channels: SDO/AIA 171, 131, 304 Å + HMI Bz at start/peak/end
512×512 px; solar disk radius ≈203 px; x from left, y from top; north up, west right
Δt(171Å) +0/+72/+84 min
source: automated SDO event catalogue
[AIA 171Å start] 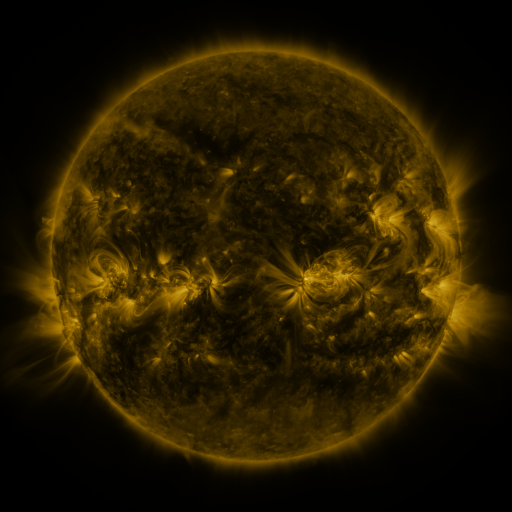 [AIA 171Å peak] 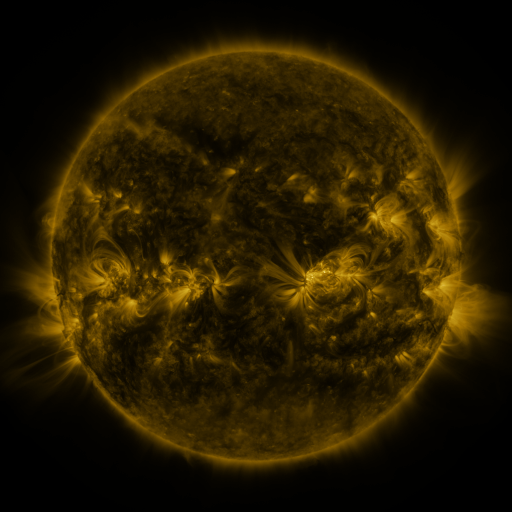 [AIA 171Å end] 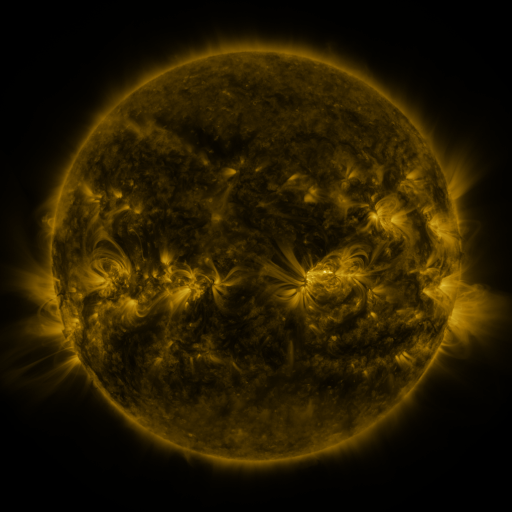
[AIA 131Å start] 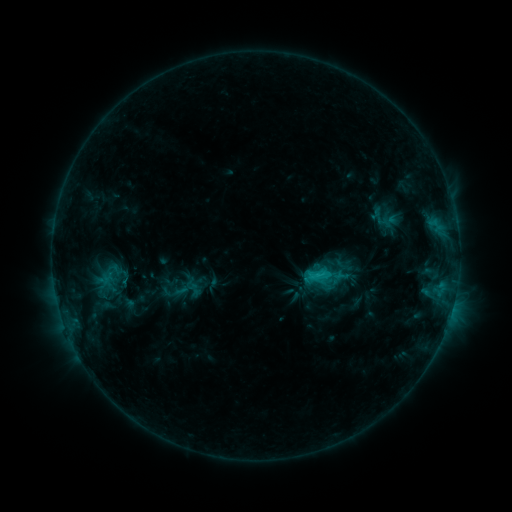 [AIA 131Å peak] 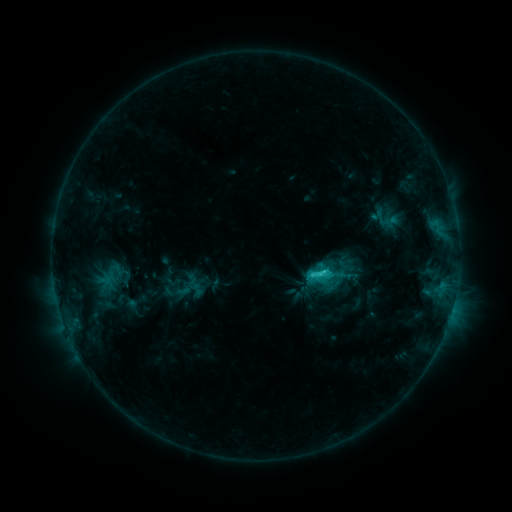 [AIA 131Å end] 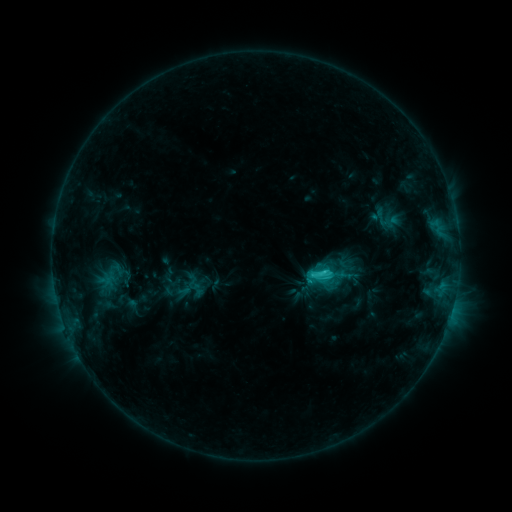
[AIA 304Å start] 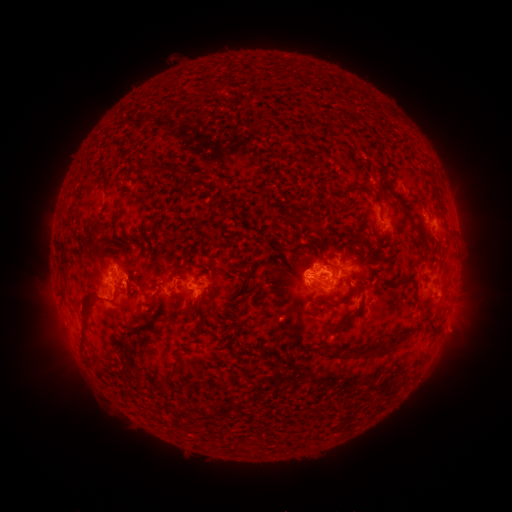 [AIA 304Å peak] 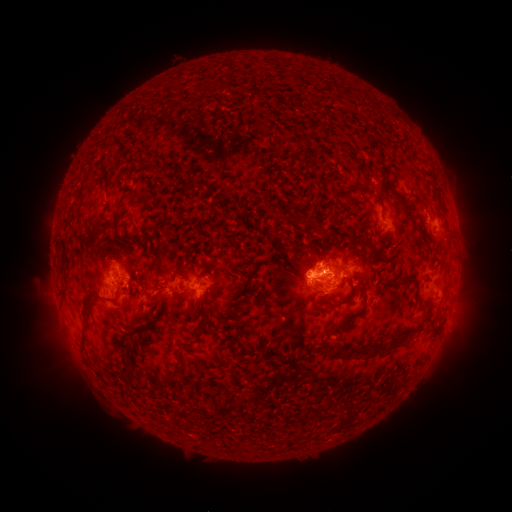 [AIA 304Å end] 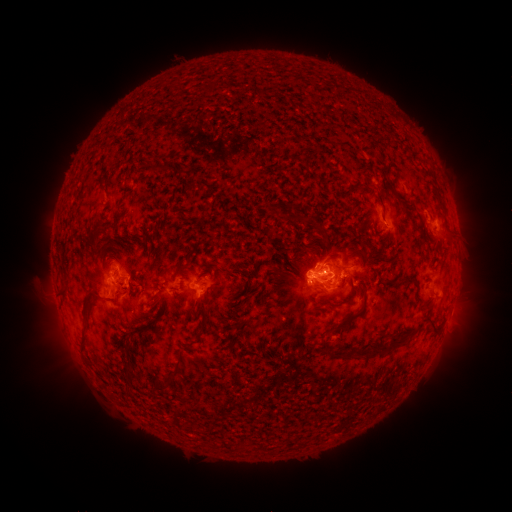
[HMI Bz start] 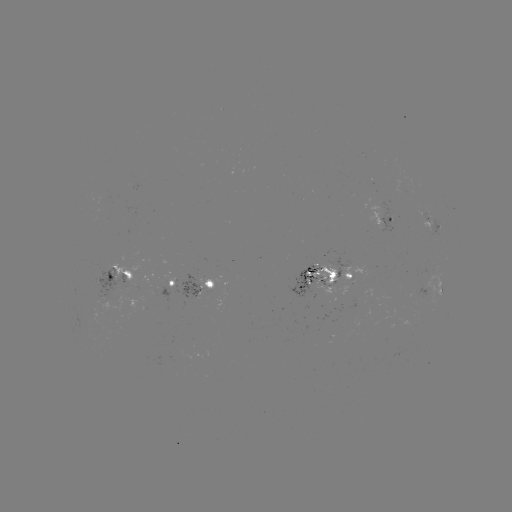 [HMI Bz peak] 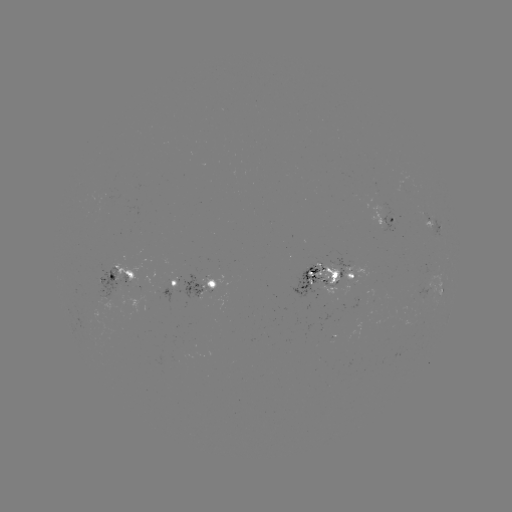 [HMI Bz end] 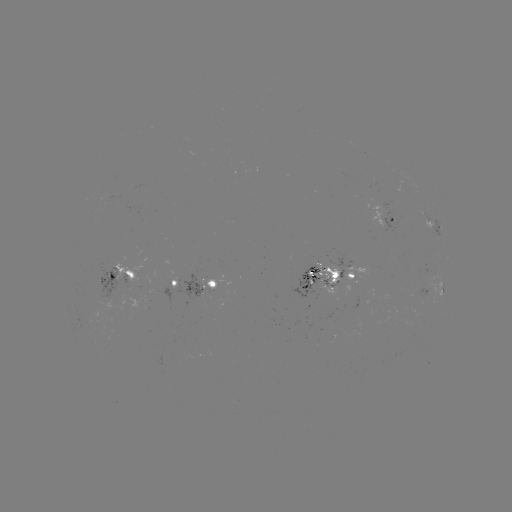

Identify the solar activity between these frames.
emerging-flux region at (314, 281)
